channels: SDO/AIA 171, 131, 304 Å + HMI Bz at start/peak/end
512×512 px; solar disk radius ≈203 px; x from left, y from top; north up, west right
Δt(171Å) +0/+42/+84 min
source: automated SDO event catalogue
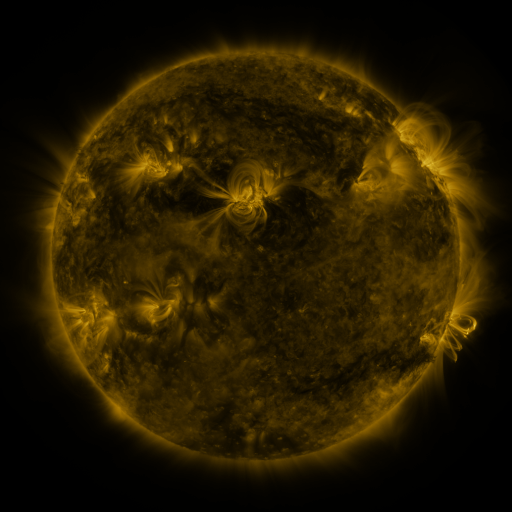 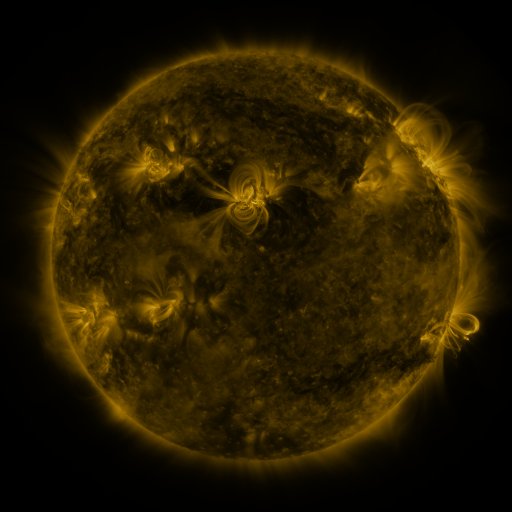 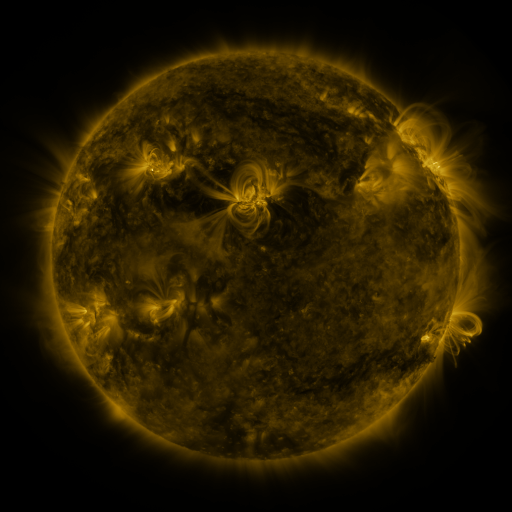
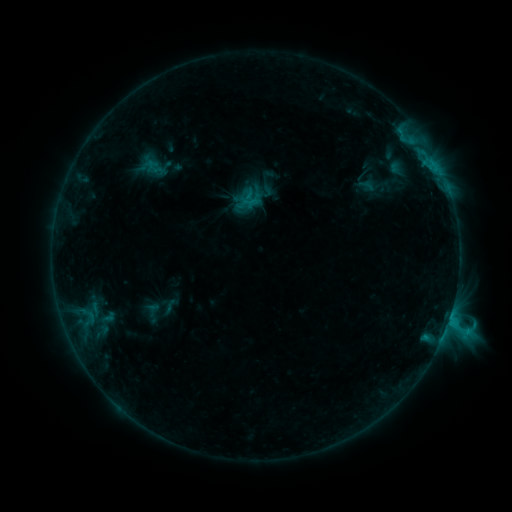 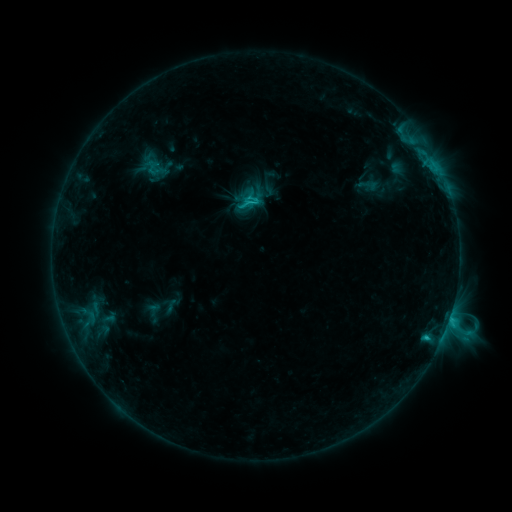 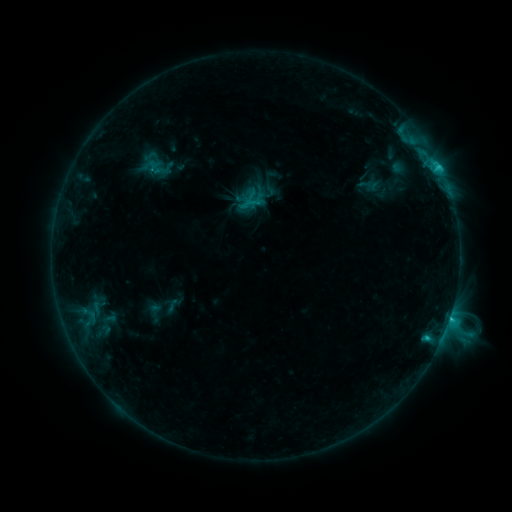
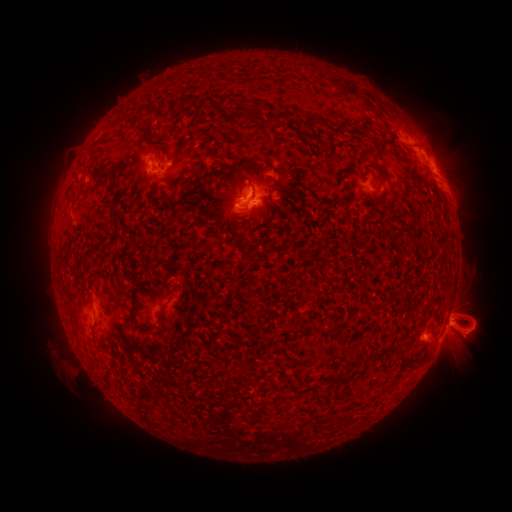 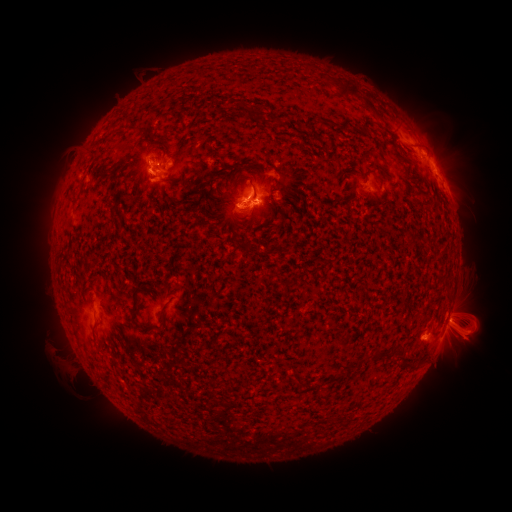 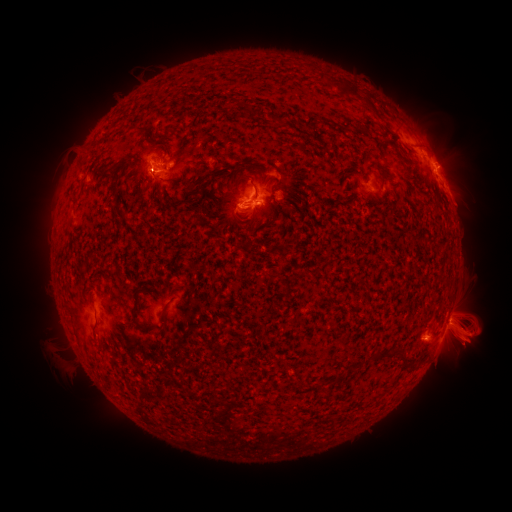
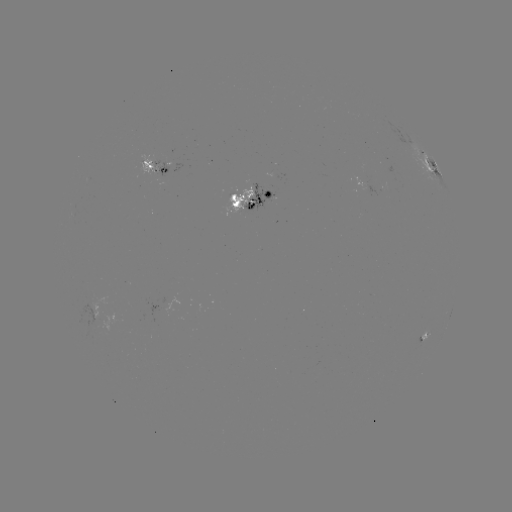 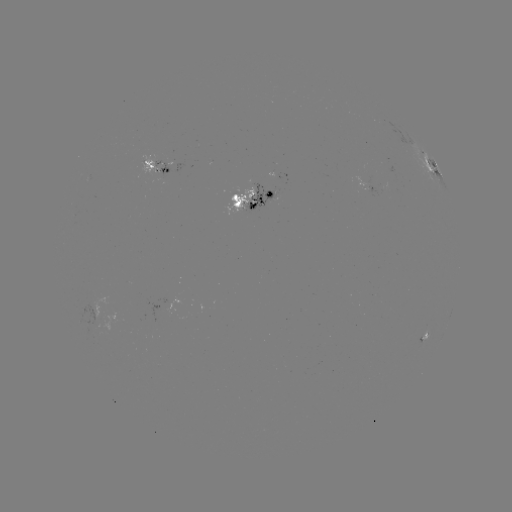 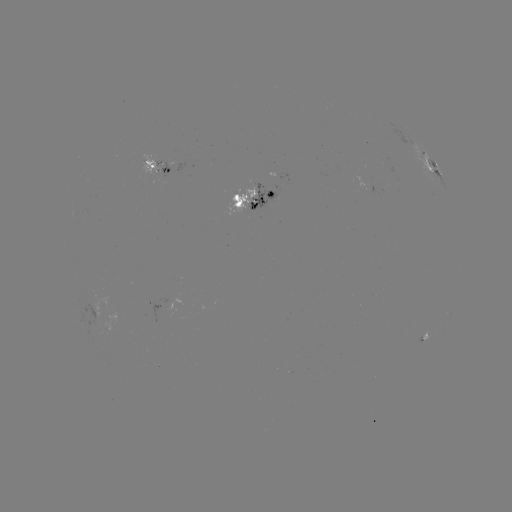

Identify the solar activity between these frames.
emerging-flux region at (241, 202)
